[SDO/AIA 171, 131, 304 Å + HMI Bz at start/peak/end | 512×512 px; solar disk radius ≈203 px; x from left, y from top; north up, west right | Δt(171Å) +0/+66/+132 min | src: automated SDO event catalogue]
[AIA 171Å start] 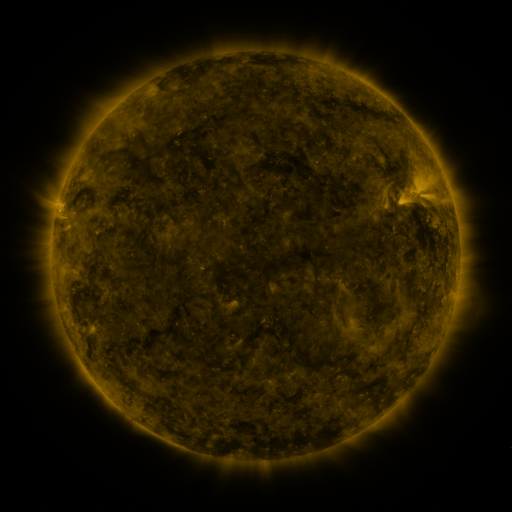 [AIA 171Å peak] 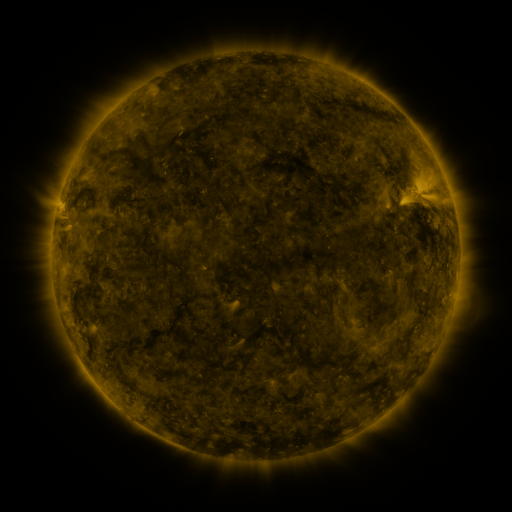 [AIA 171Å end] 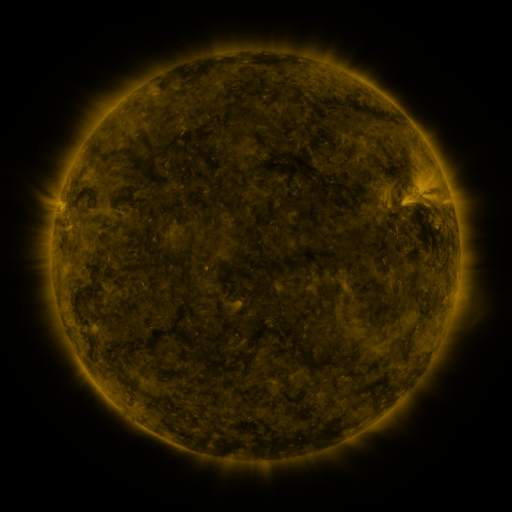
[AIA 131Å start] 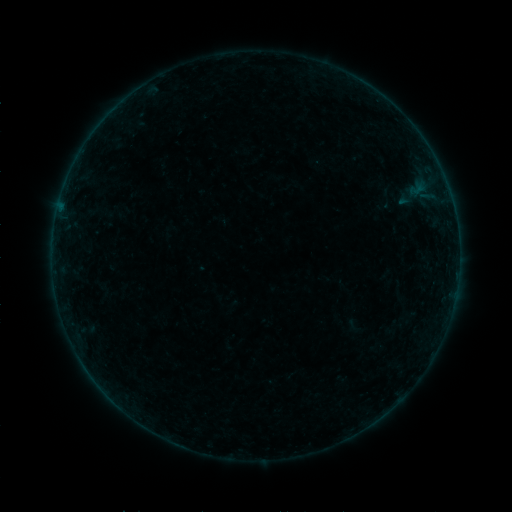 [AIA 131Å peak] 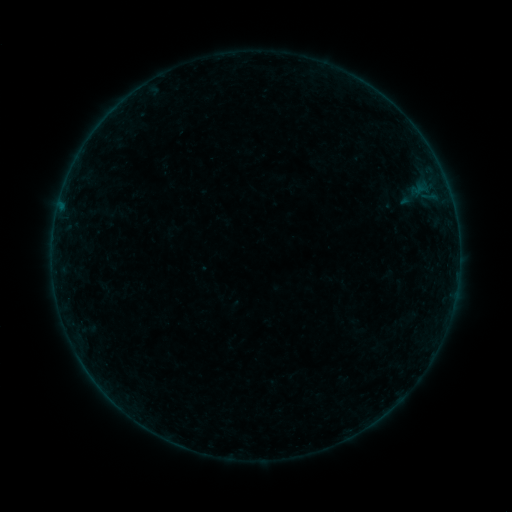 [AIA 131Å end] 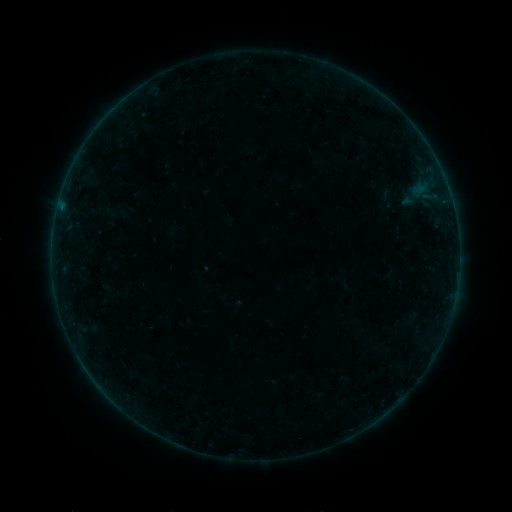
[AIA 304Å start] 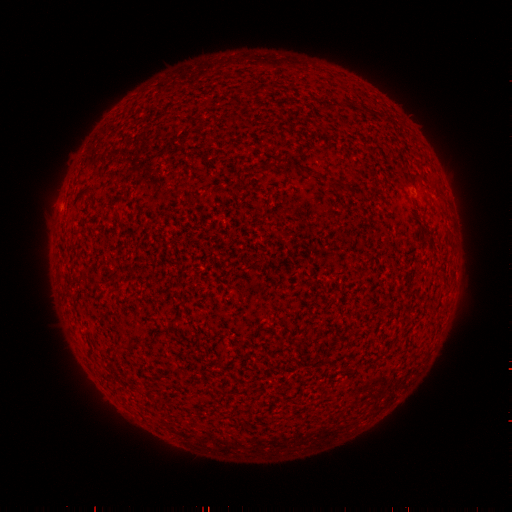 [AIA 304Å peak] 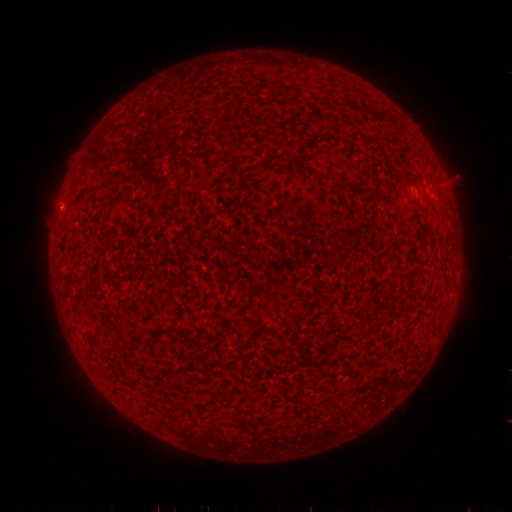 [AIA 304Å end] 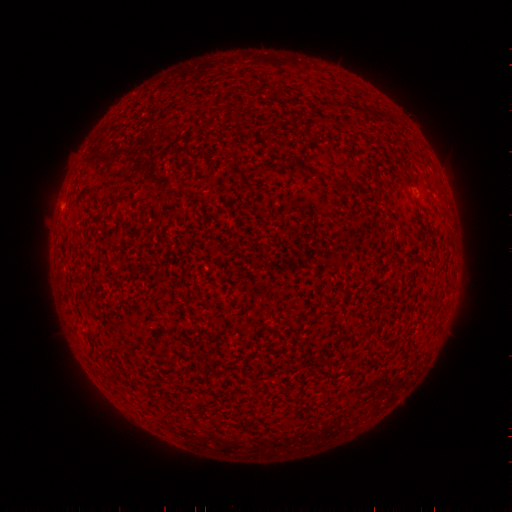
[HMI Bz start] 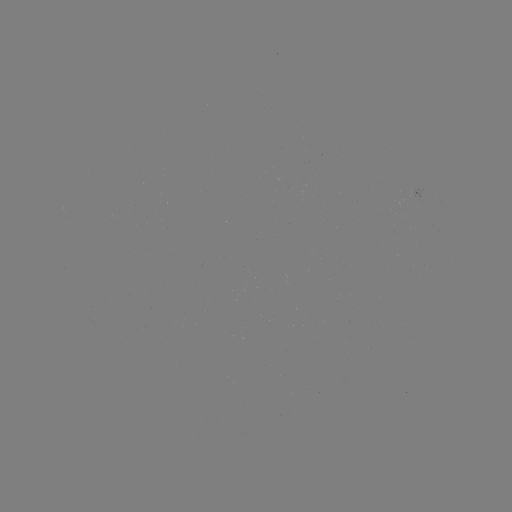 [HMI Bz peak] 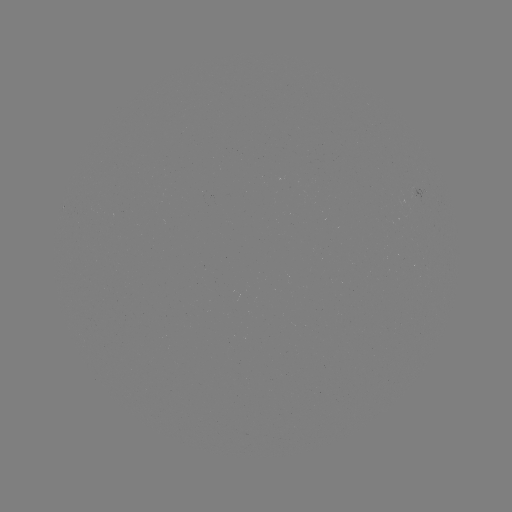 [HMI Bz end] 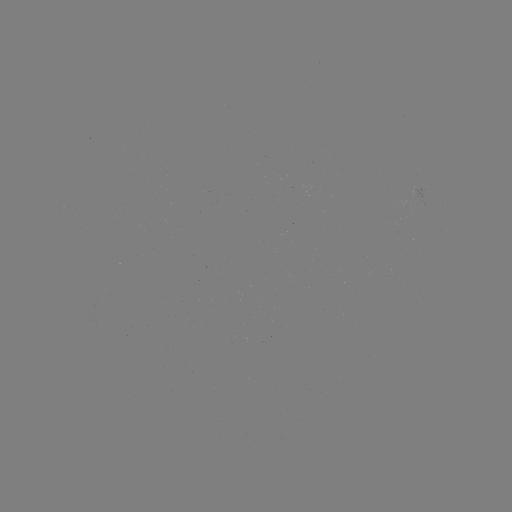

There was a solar filament eruption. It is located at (349, 432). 